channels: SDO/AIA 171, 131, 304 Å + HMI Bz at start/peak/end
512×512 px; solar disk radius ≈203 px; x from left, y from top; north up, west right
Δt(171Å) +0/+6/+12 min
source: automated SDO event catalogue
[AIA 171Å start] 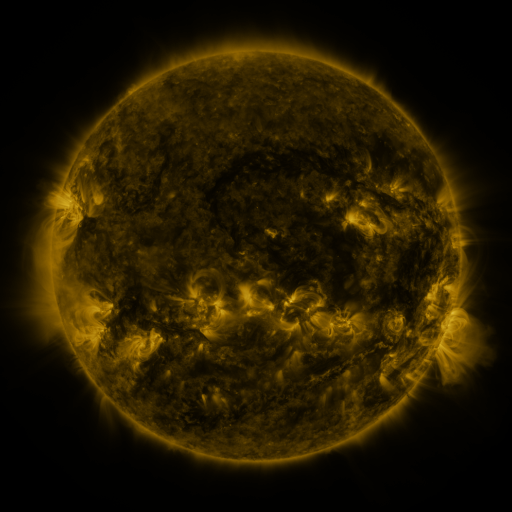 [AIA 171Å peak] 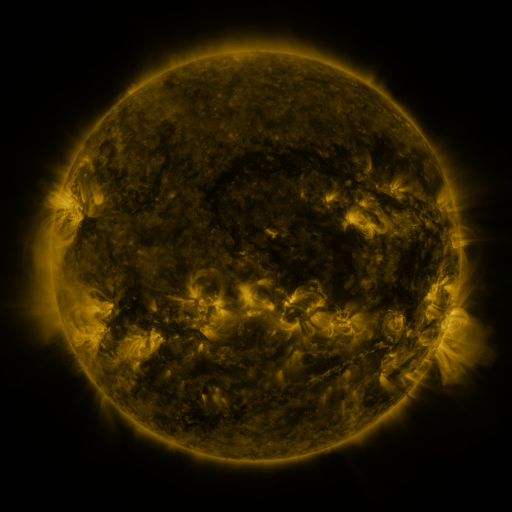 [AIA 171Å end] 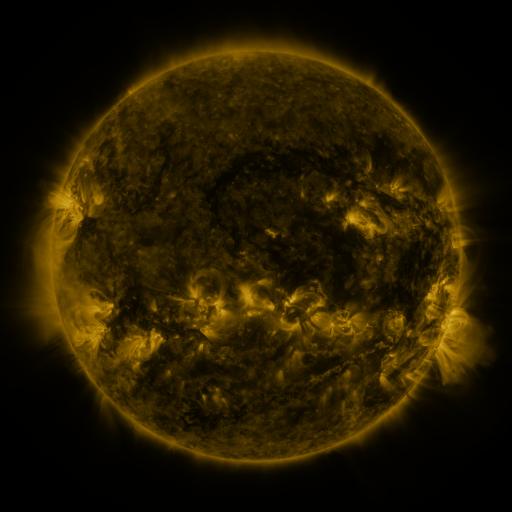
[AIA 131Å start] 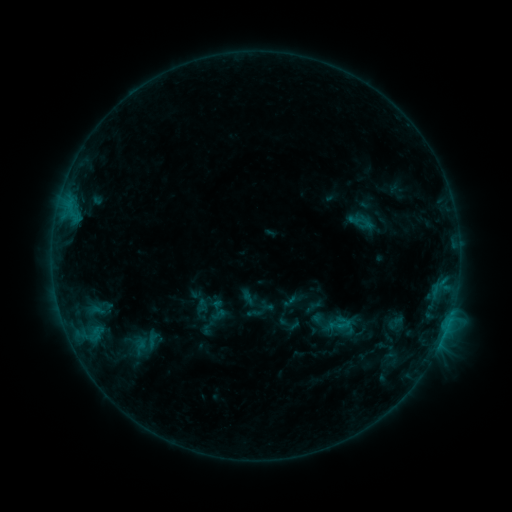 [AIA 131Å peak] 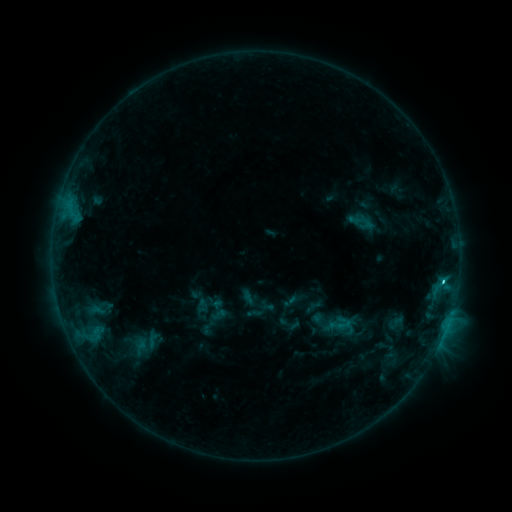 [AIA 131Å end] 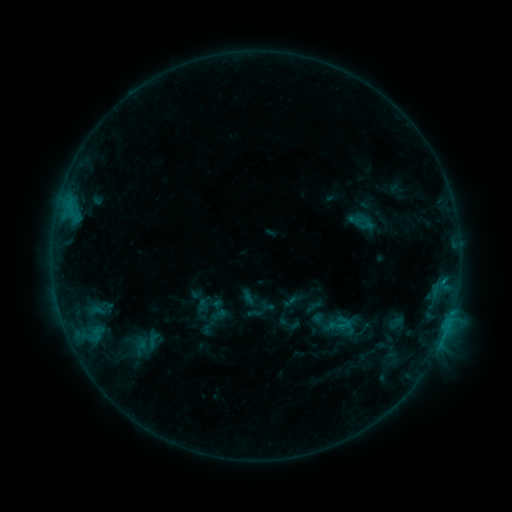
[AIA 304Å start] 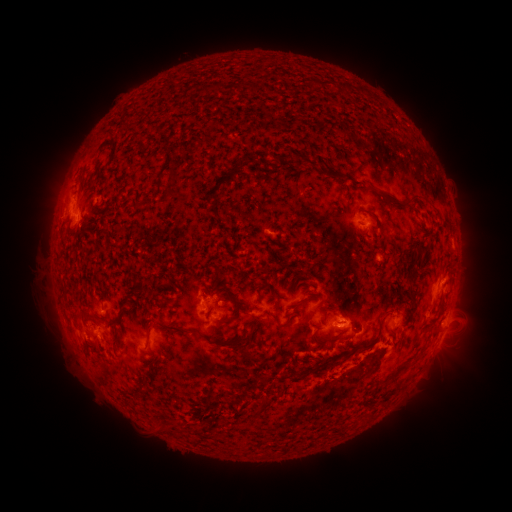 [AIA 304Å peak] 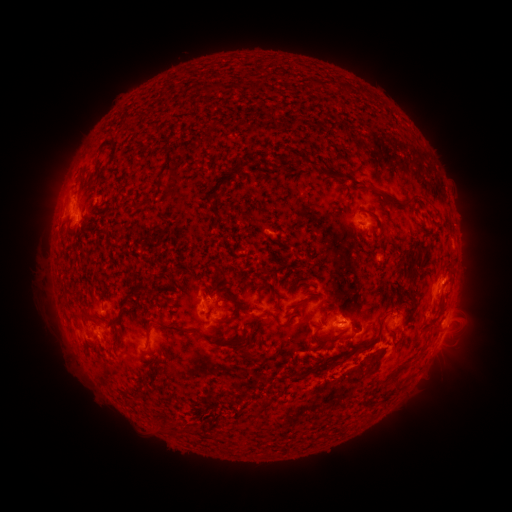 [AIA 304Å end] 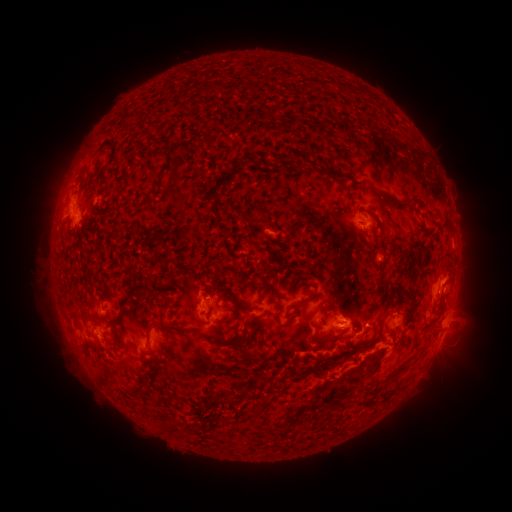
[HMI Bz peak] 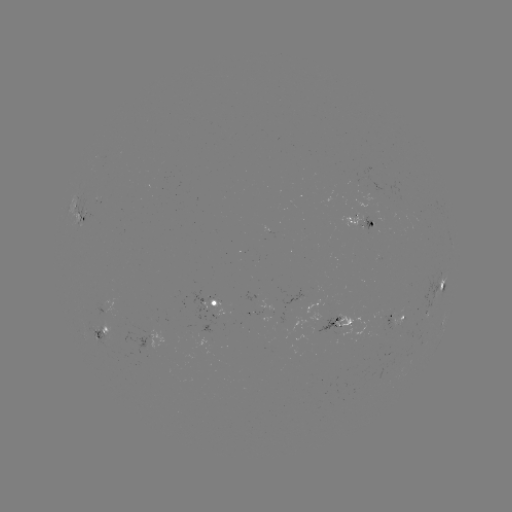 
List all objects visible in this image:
C1.6 flare: (440, 276)
